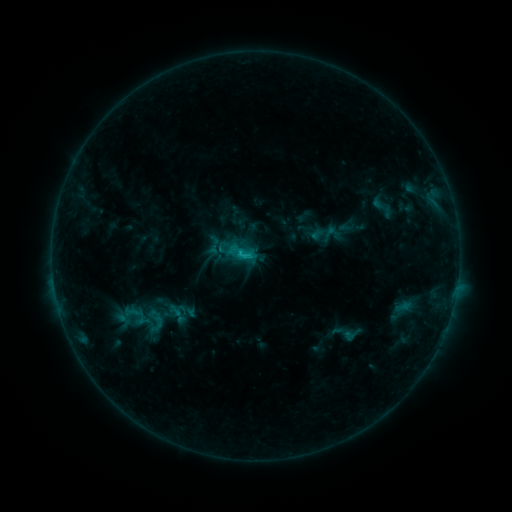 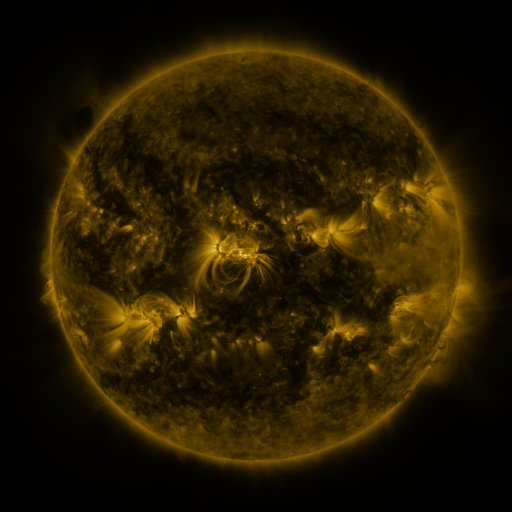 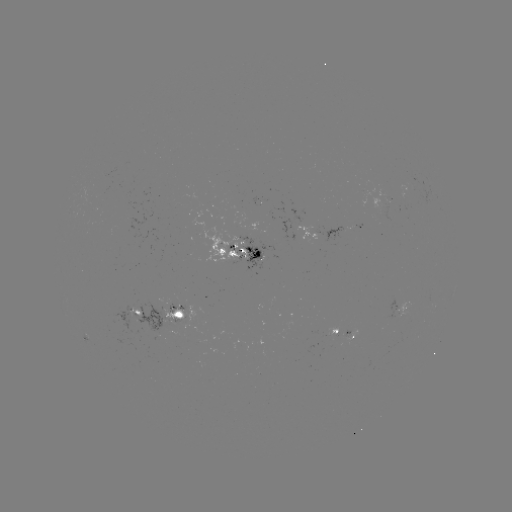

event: sigmoid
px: (132, 312)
